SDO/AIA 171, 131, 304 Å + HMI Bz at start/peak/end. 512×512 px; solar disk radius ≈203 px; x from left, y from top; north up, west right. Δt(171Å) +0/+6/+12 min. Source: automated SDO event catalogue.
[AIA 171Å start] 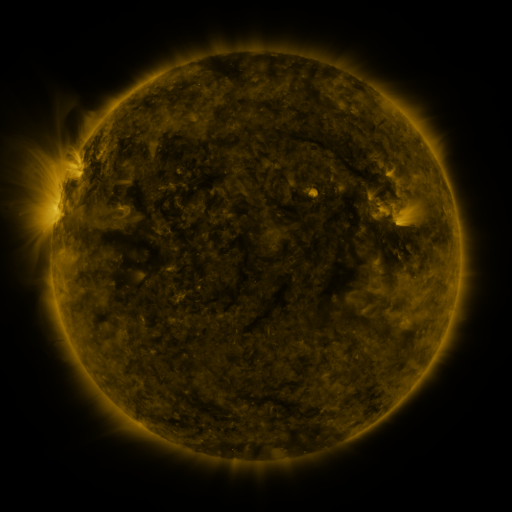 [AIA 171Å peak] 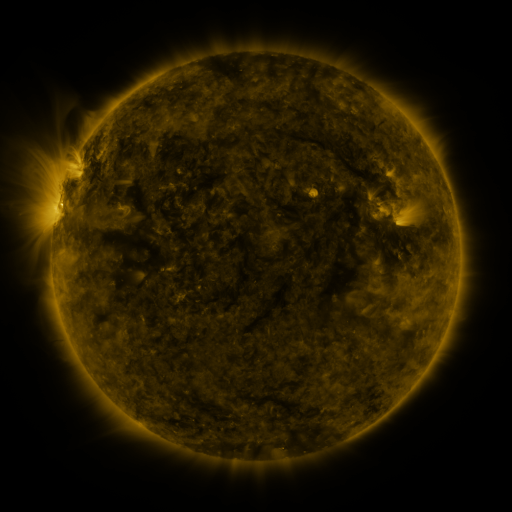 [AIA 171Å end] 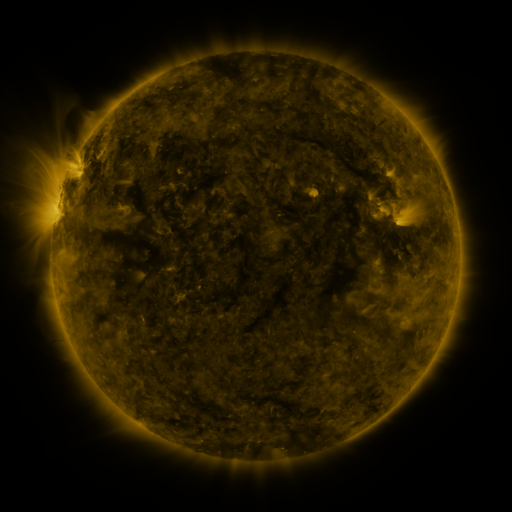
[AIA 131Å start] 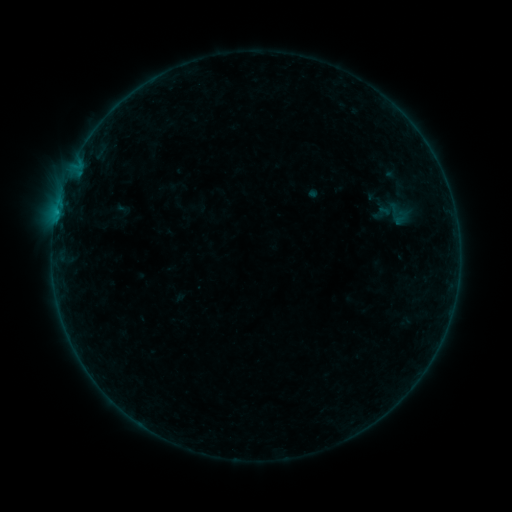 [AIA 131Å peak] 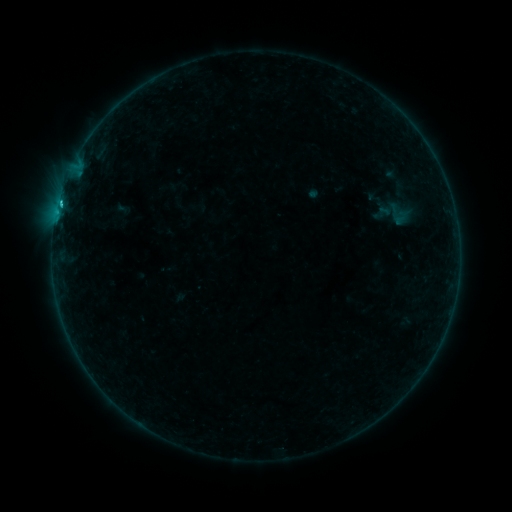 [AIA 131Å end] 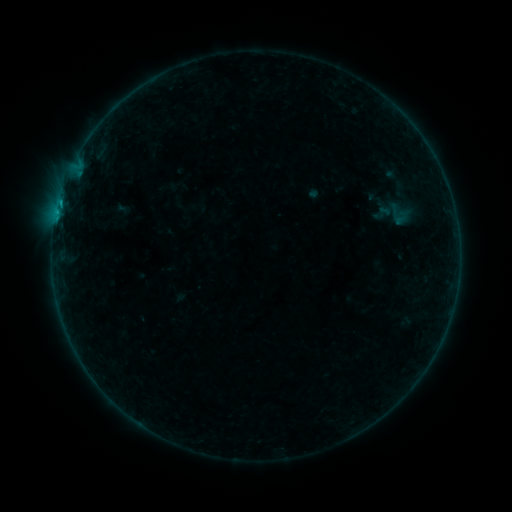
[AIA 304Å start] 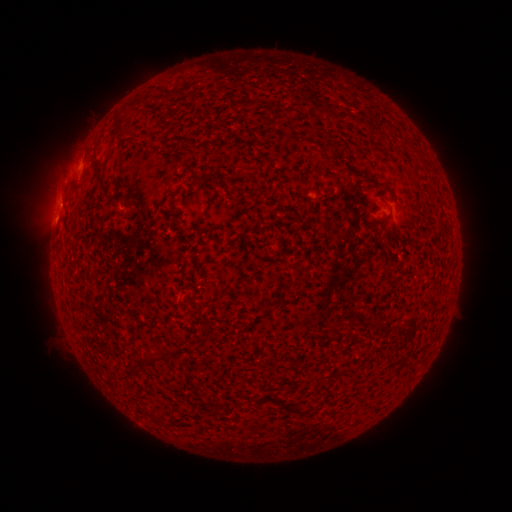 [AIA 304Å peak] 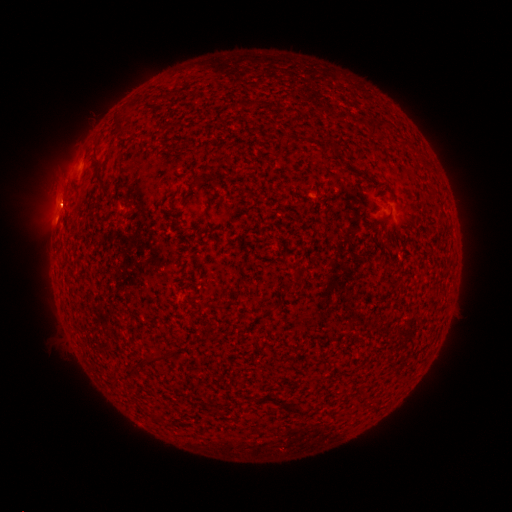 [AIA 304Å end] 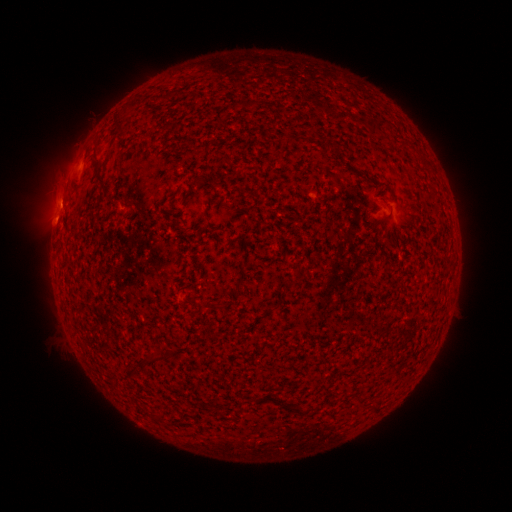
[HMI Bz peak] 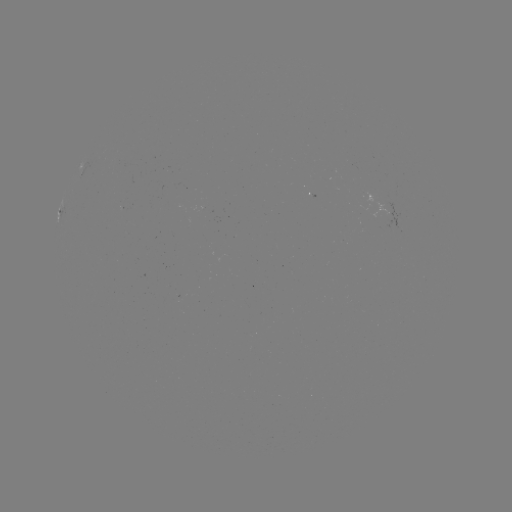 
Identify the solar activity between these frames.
B5.6 flare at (60, 204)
